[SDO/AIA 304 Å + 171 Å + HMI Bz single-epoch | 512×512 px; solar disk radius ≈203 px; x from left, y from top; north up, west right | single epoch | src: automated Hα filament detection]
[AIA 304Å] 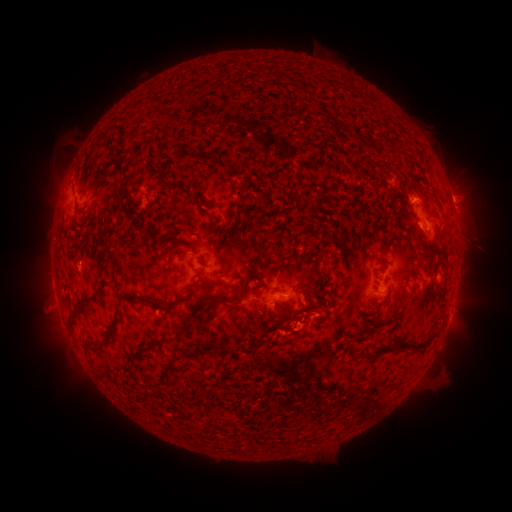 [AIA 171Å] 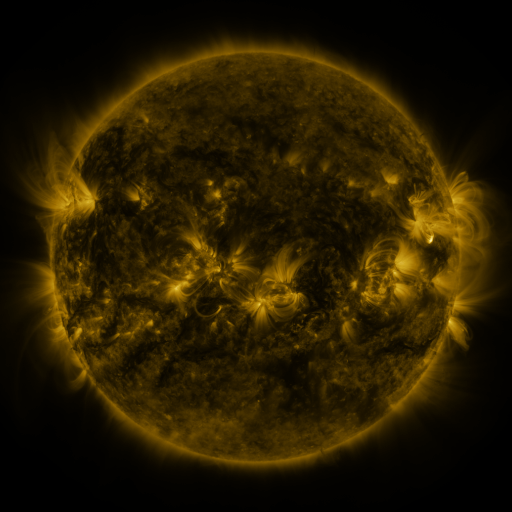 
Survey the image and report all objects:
filament: (379, 145)
filament: (200, 204)
filament: (218, 244)
filament: (200, 262)
filament: (412, 296)
filament: (83, 301)
filament: (149, 302)
filament: (215, 302)
filament: (253, 310)
filament: (109, 333)
filament: (166, 341)
filament: (398, 348)
filament: (193, 355)
